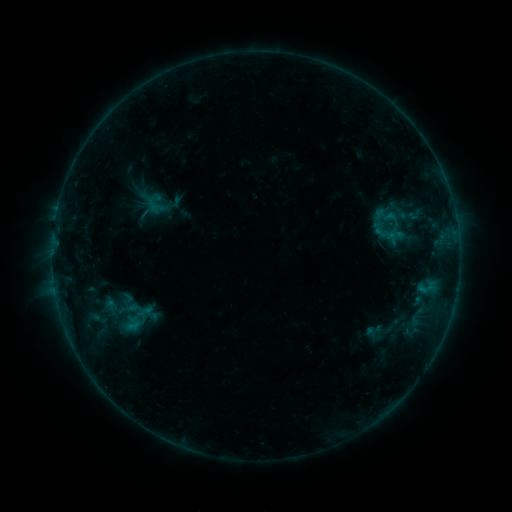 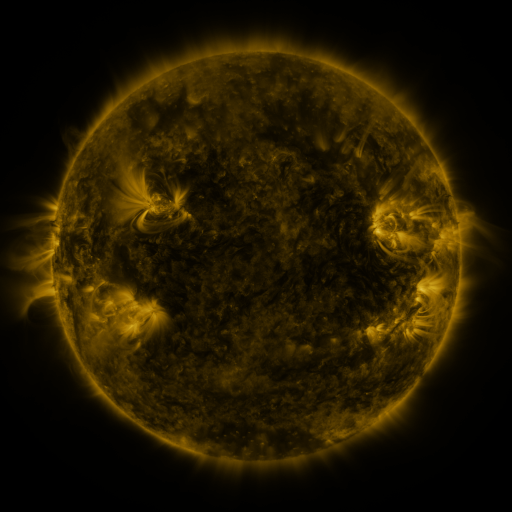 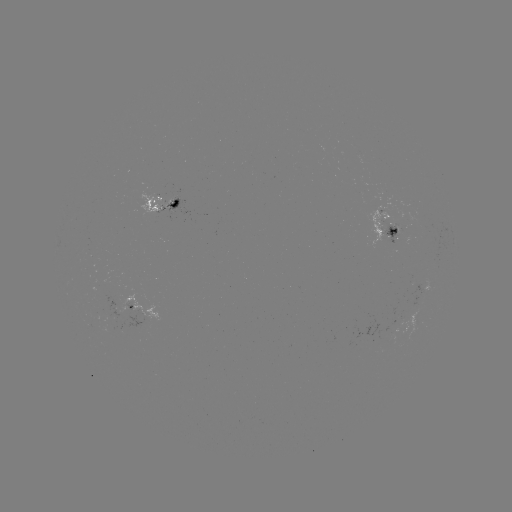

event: sigmoid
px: (392, 218)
